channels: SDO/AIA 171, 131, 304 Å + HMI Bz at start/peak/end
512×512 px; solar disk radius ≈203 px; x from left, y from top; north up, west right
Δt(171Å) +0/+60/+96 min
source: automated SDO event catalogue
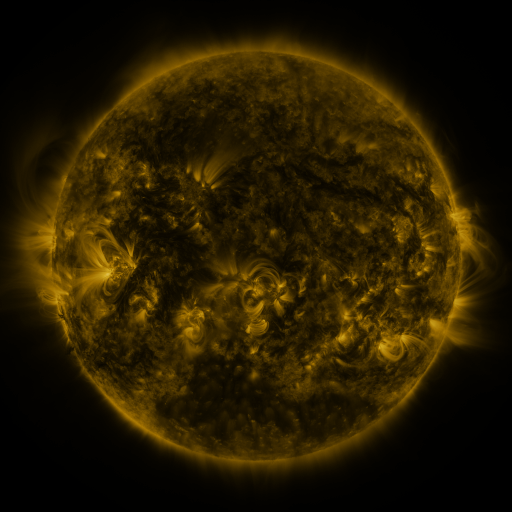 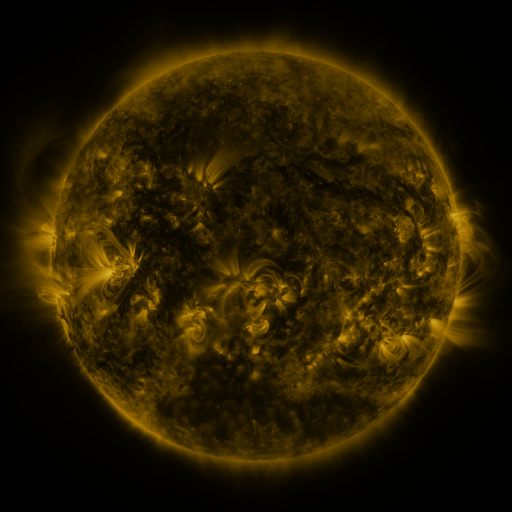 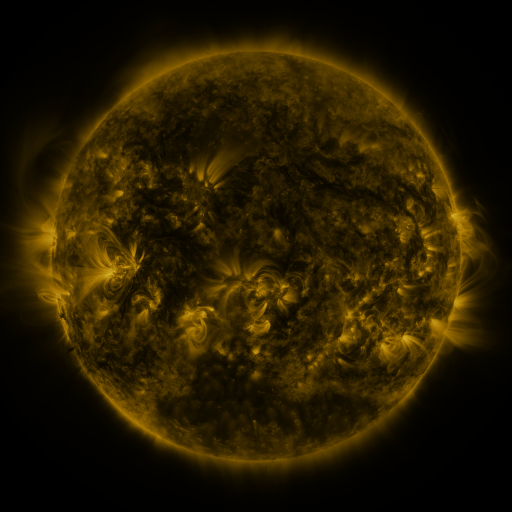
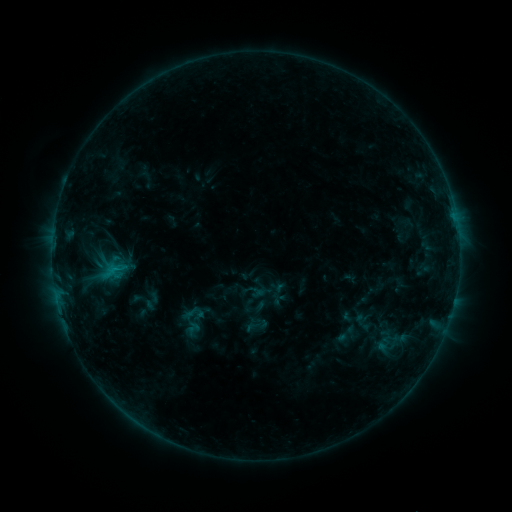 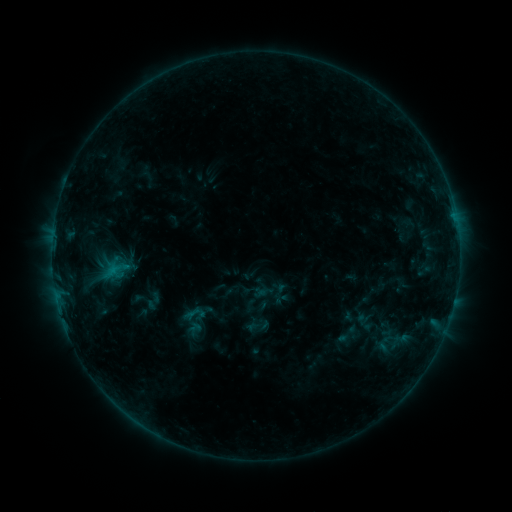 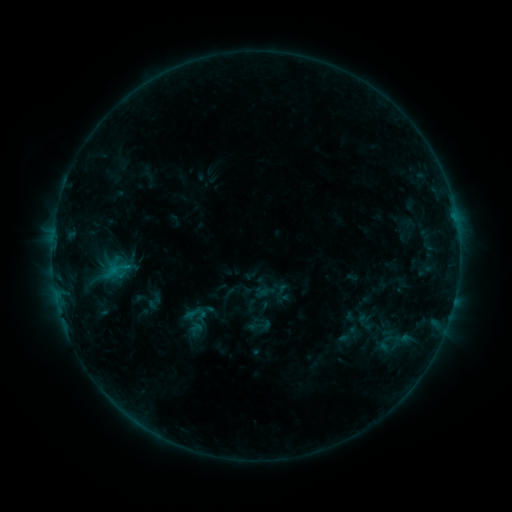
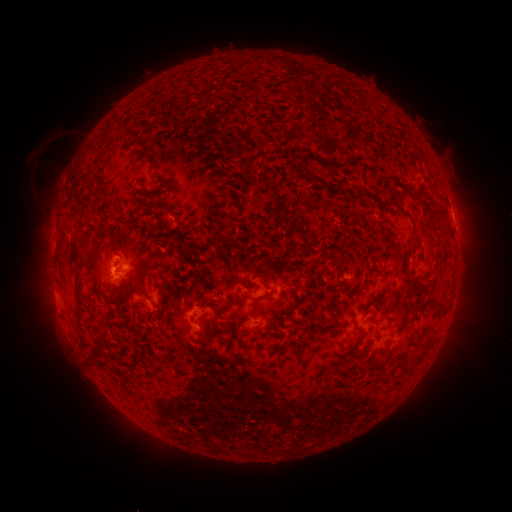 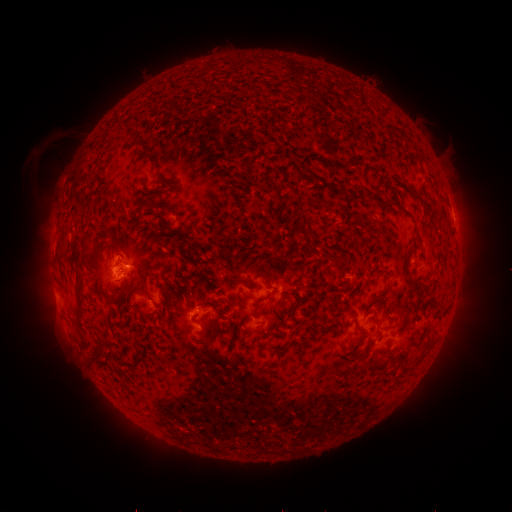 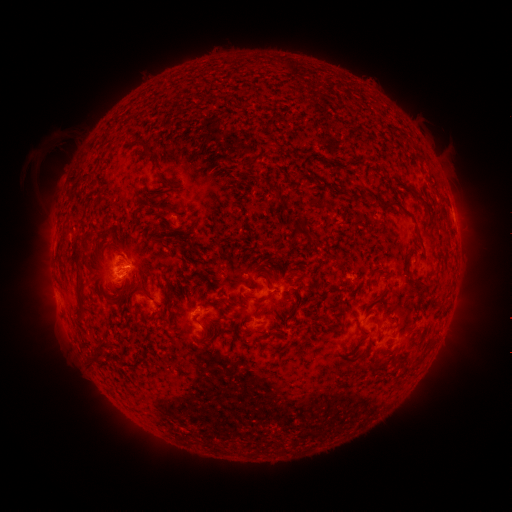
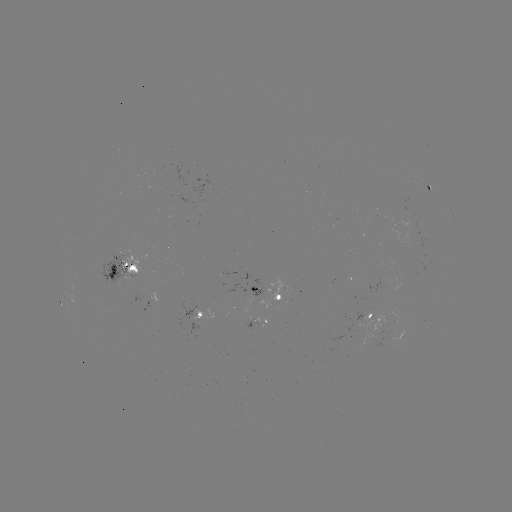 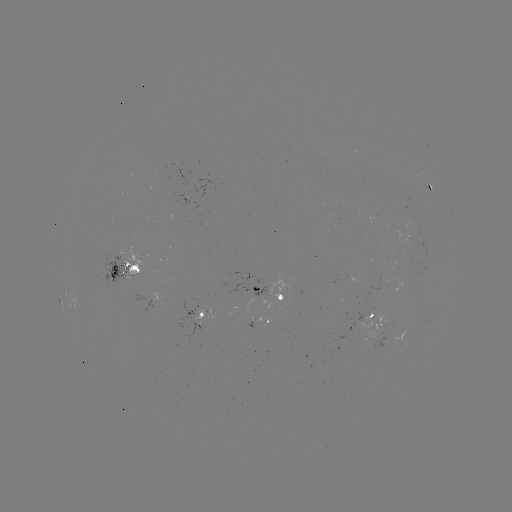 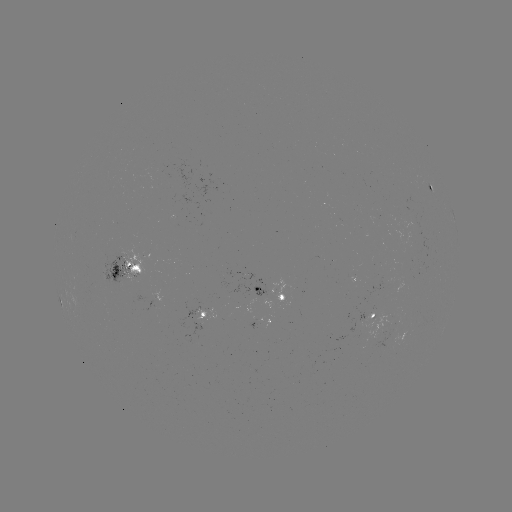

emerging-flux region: <bbox>117, 248, 143, 280</bbox>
